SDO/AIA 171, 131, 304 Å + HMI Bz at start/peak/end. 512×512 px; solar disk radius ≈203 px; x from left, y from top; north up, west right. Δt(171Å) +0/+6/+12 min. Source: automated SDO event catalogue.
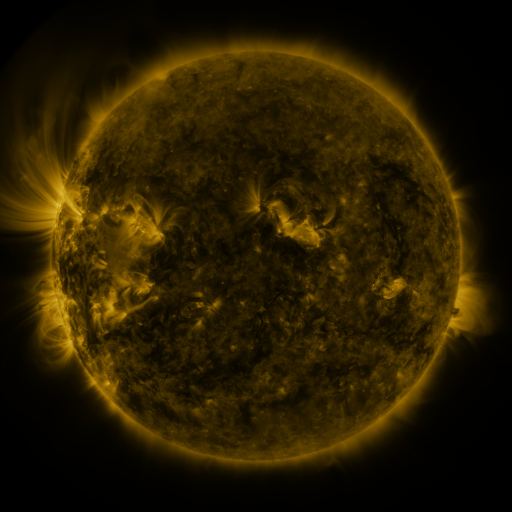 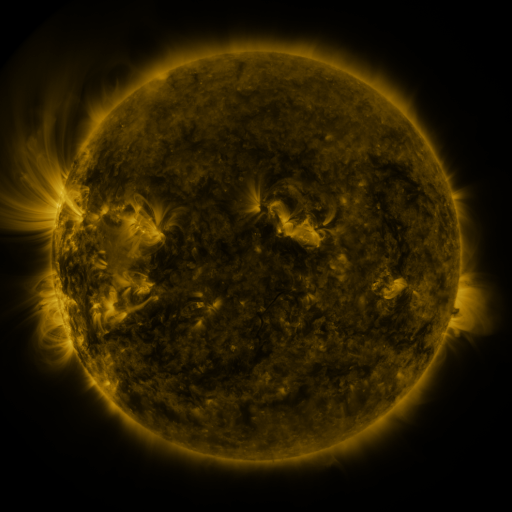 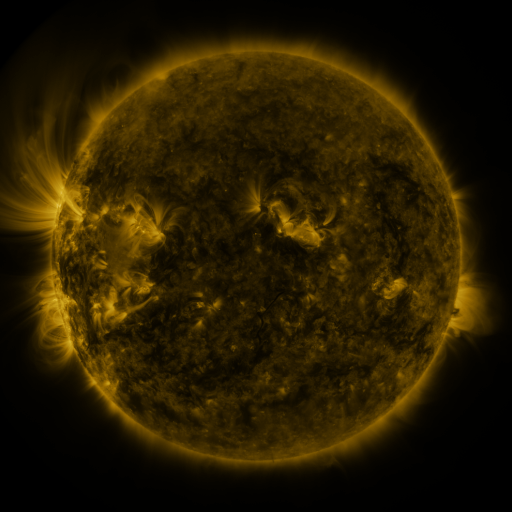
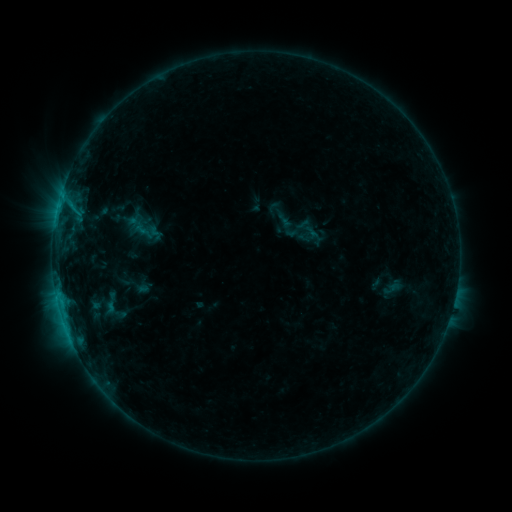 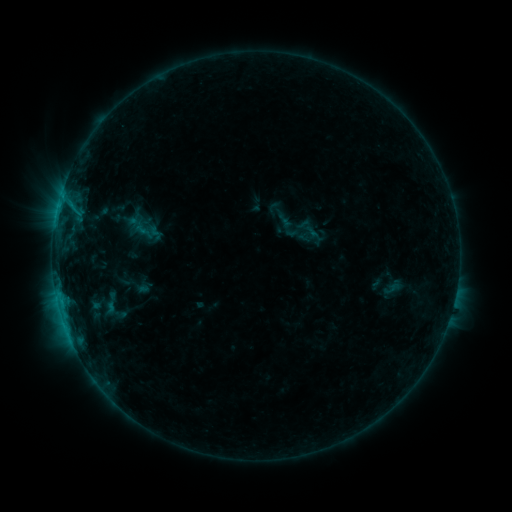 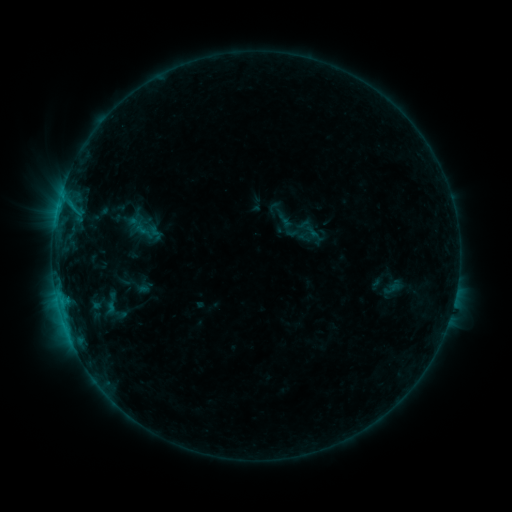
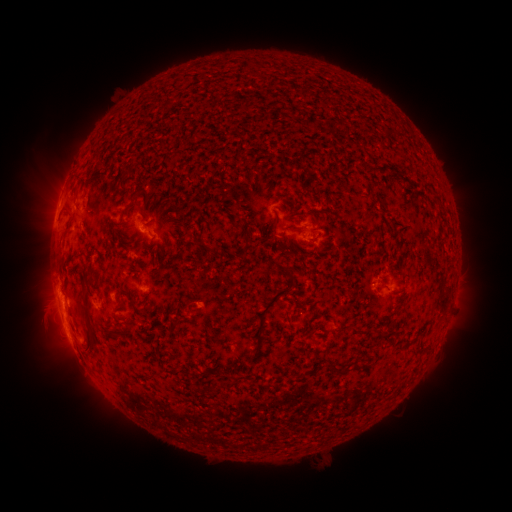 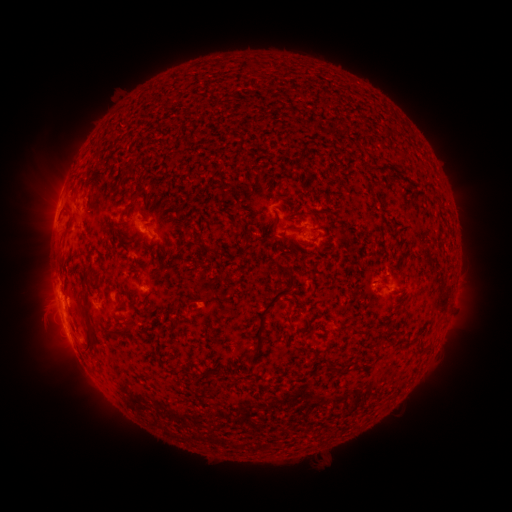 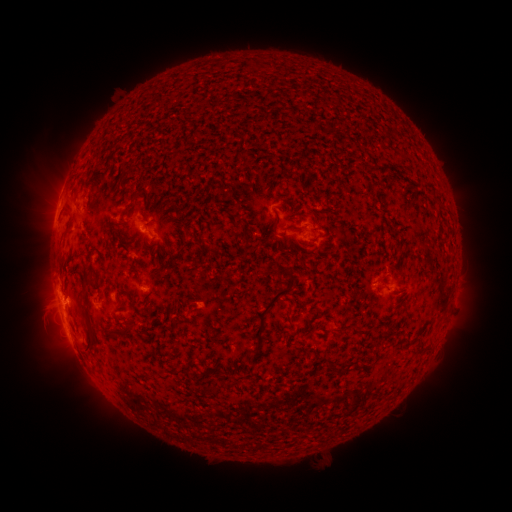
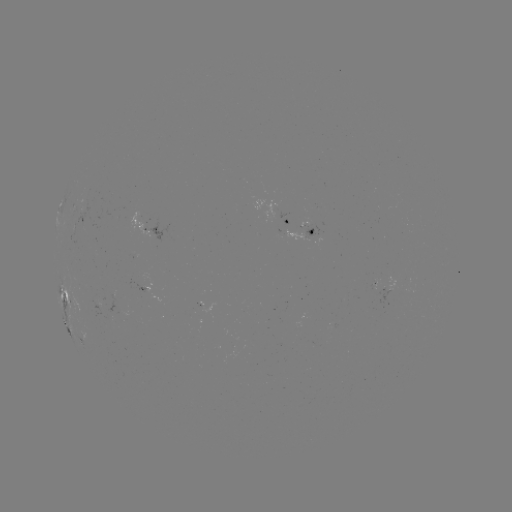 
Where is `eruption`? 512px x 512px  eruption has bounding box [49, 278, 96, 322].